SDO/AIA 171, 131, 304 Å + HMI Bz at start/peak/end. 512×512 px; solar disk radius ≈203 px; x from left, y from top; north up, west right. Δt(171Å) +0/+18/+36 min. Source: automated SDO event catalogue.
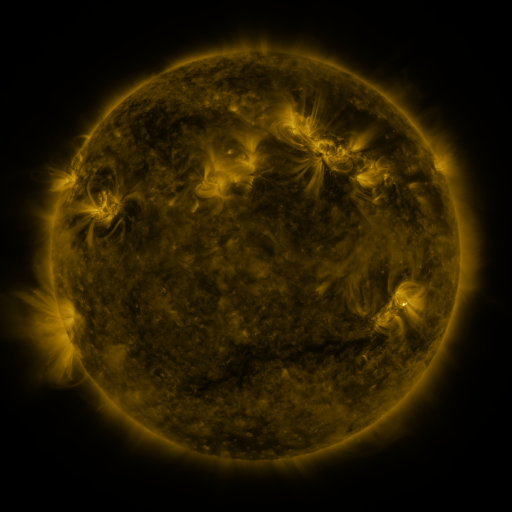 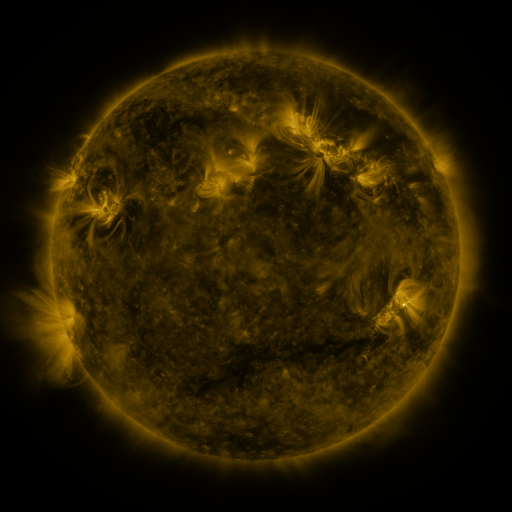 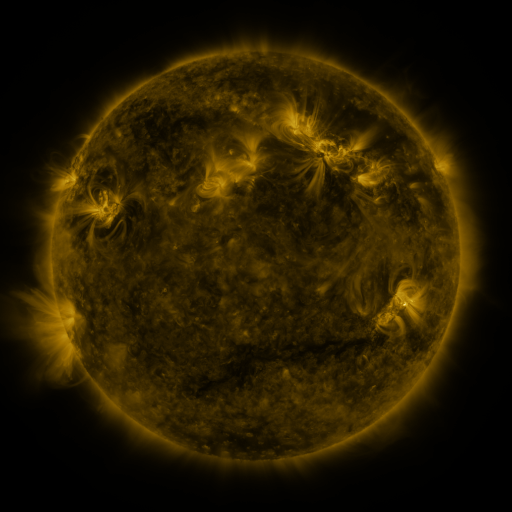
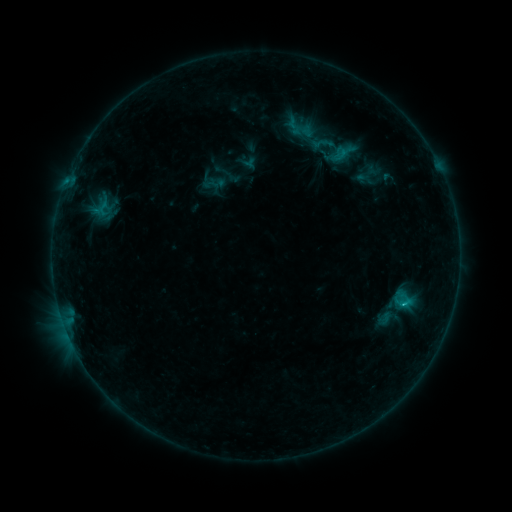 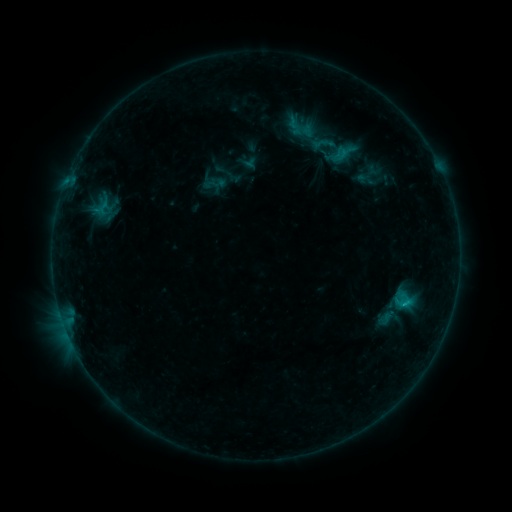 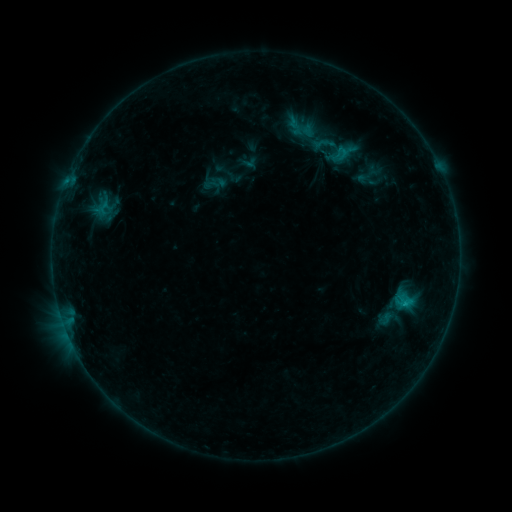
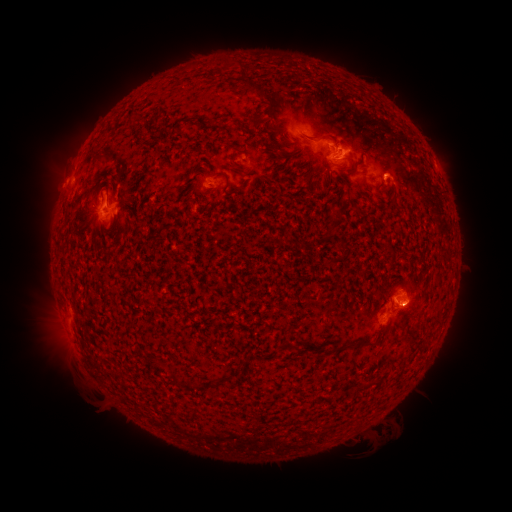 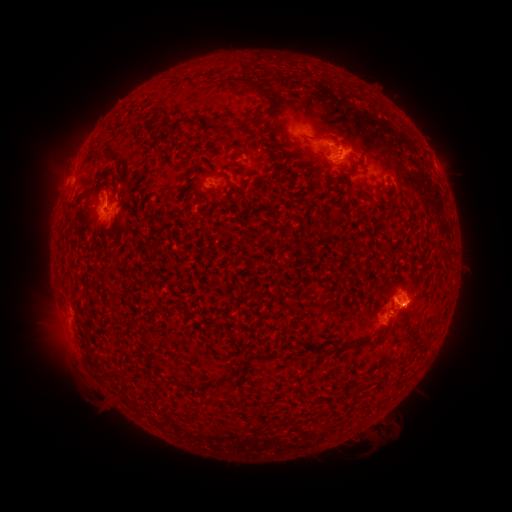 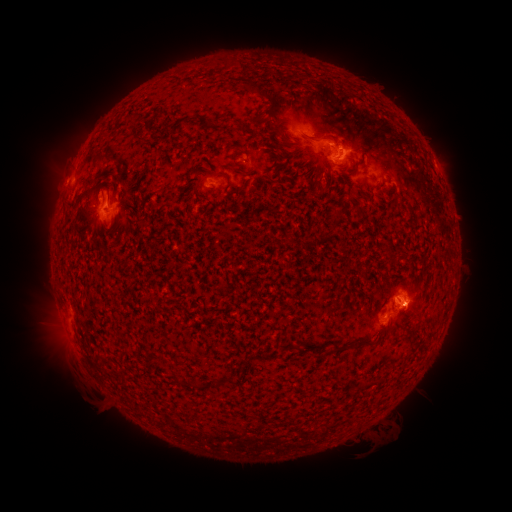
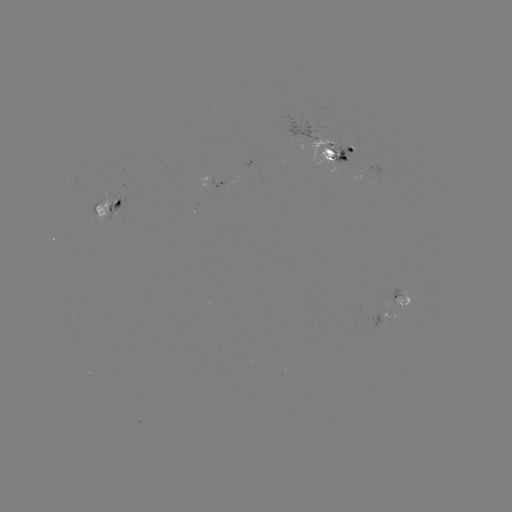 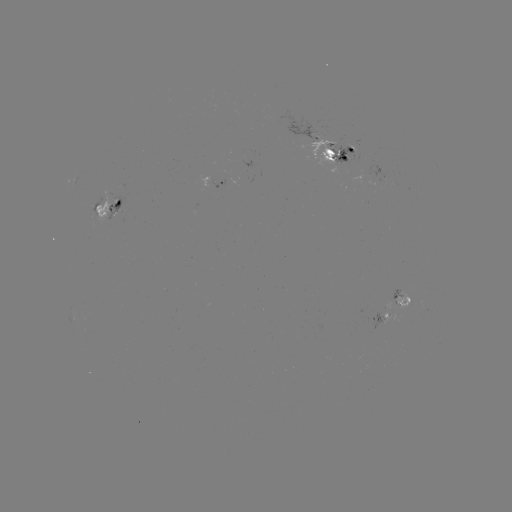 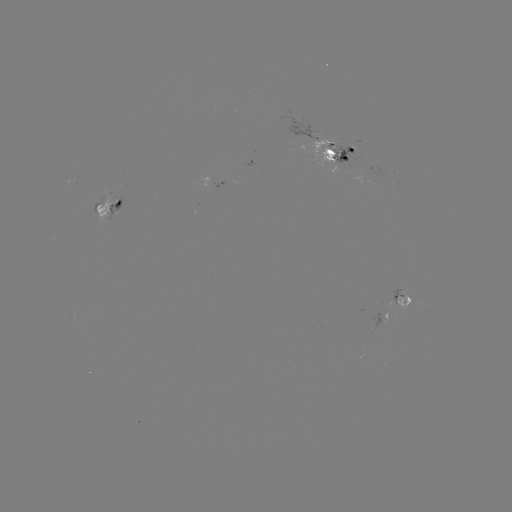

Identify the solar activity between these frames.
emerging-flux region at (380, 322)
